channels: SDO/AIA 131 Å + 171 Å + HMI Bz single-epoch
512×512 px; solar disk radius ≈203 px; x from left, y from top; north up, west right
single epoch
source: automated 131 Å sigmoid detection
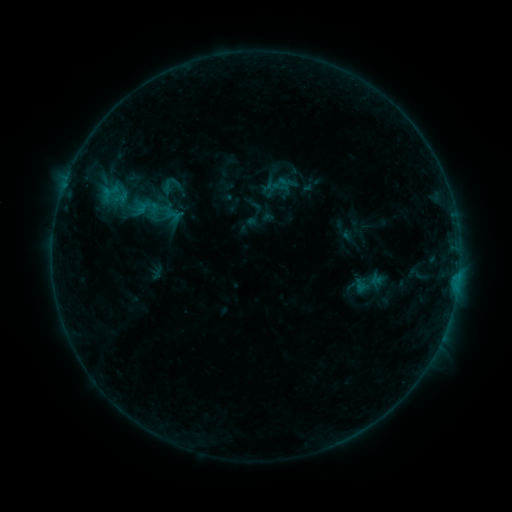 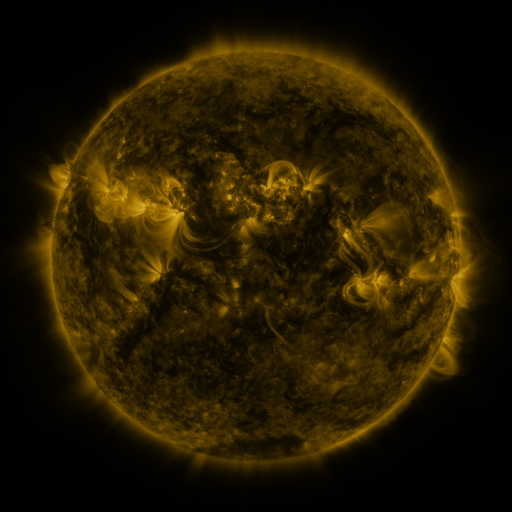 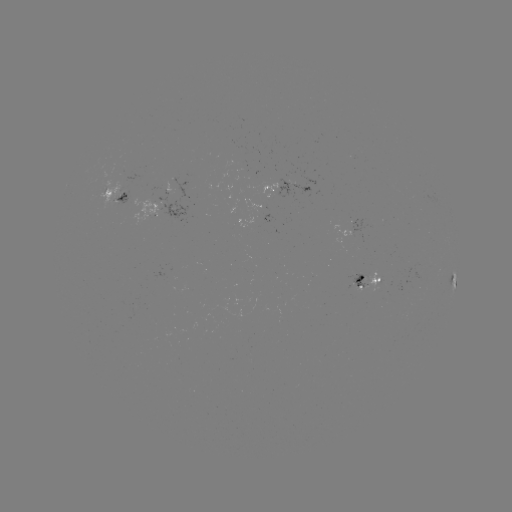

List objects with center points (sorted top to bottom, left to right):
sigmoid: <bbox>159, 174, 180, 196</bbox>
sigmoid: <bbox>354, 267, 383, 300</bbox>
